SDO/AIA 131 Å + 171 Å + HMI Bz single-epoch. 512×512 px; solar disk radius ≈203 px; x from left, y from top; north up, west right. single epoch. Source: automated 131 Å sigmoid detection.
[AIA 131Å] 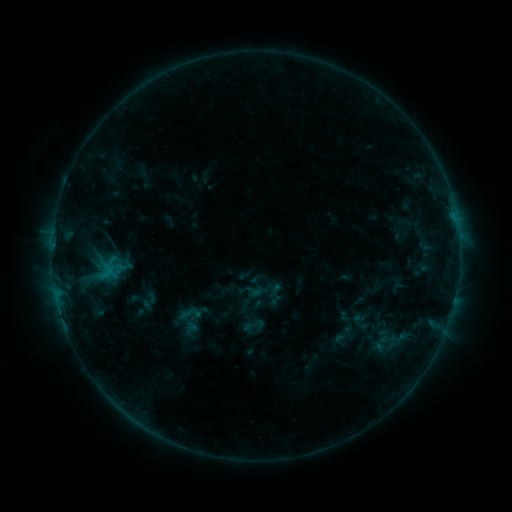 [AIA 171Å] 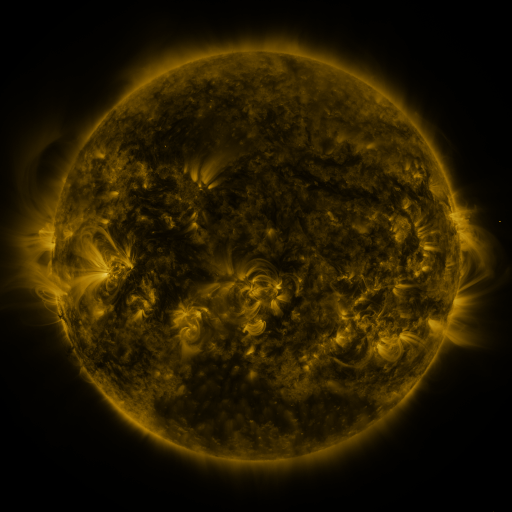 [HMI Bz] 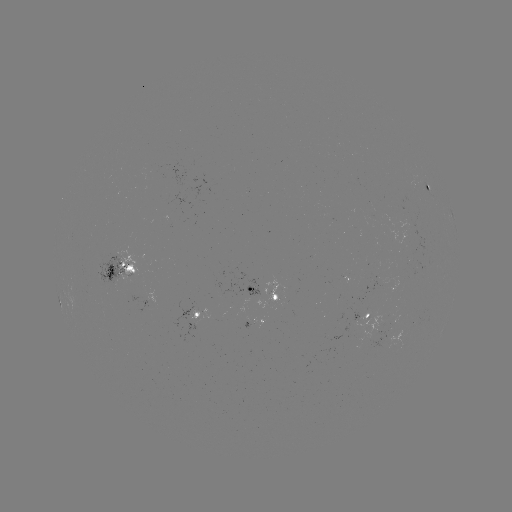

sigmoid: [241, 313, 266, 337]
